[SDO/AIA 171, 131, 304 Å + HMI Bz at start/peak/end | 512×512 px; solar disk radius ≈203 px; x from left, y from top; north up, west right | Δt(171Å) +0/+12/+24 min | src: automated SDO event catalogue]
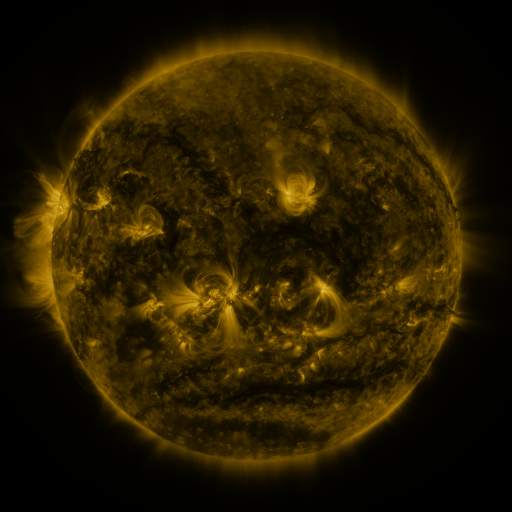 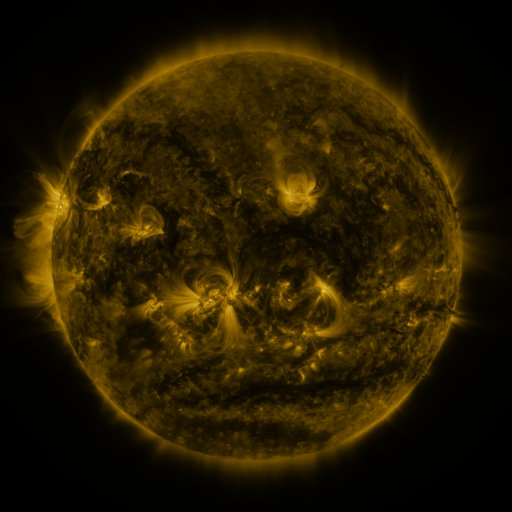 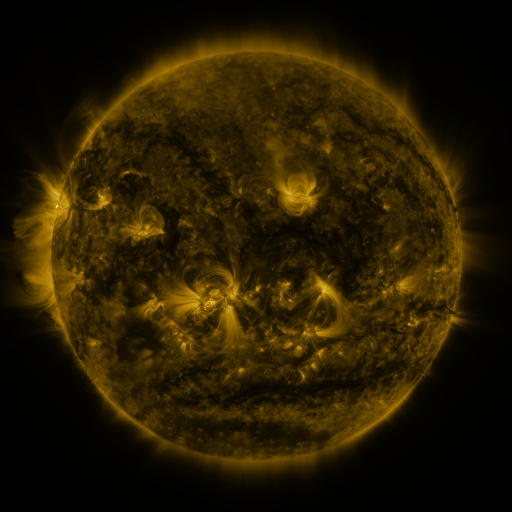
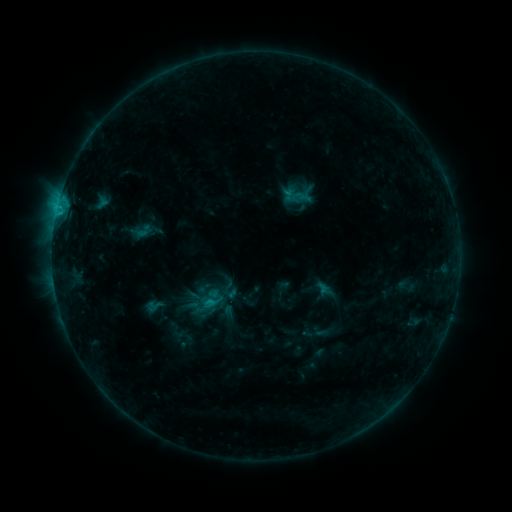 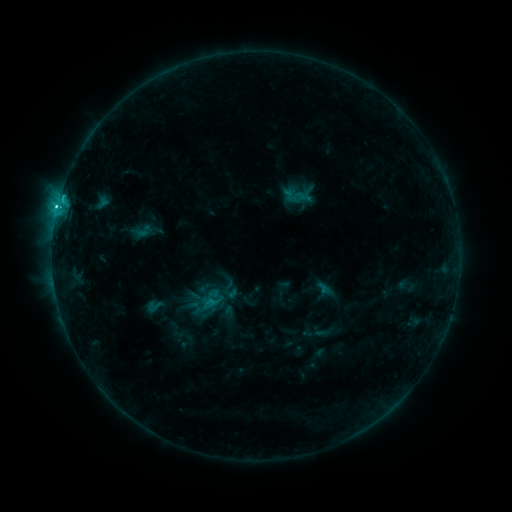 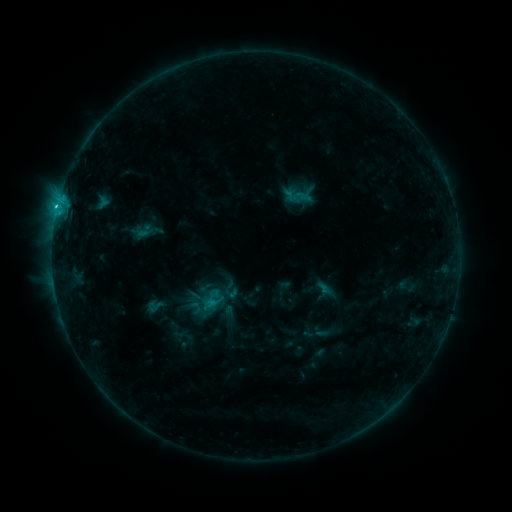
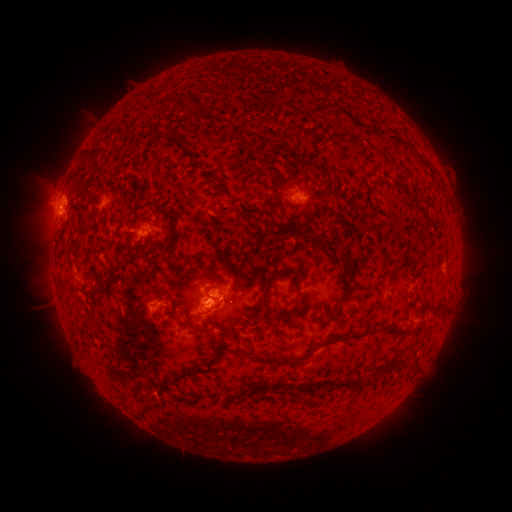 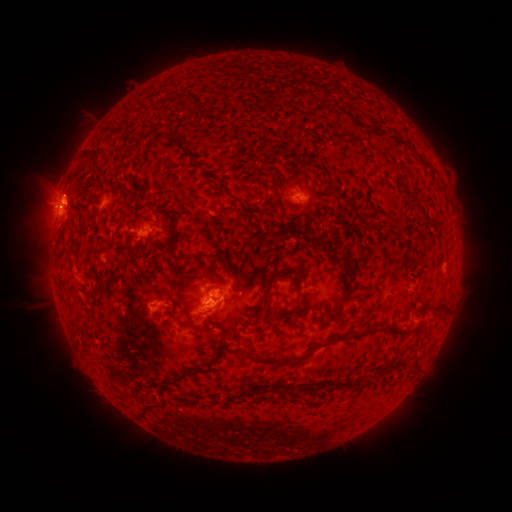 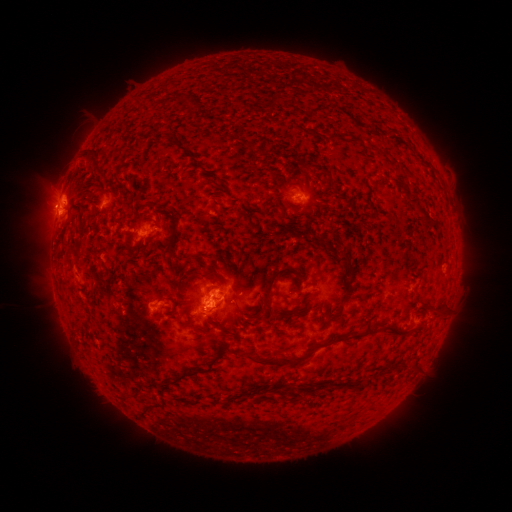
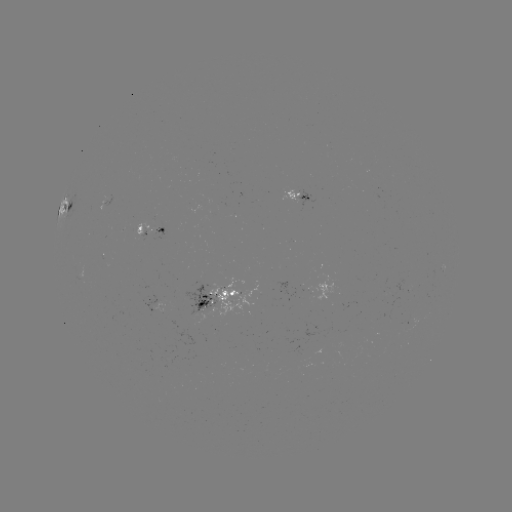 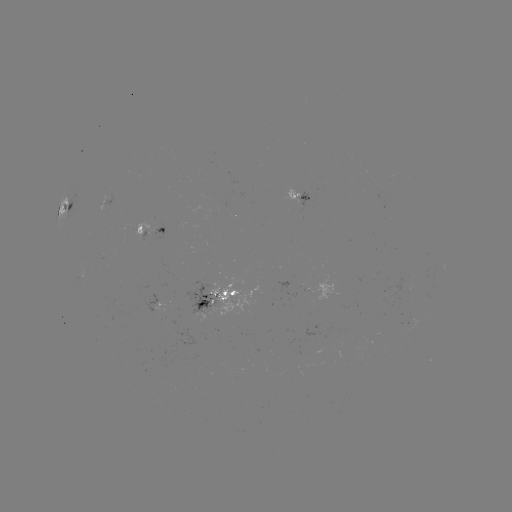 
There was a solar flare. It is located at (60, 208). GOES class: C2.5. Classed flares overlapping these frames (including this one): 1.